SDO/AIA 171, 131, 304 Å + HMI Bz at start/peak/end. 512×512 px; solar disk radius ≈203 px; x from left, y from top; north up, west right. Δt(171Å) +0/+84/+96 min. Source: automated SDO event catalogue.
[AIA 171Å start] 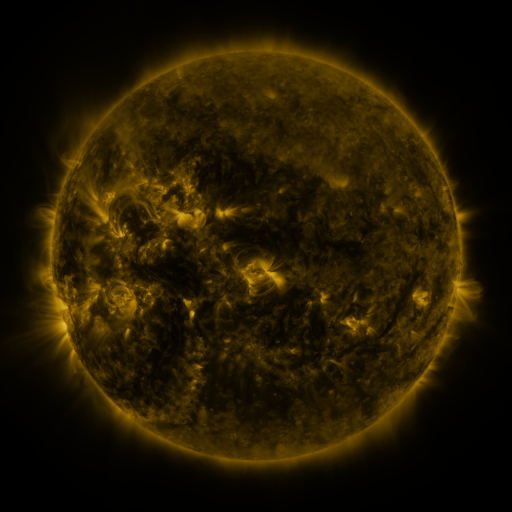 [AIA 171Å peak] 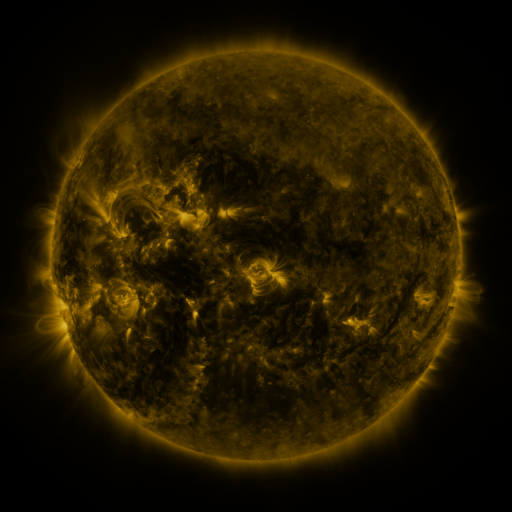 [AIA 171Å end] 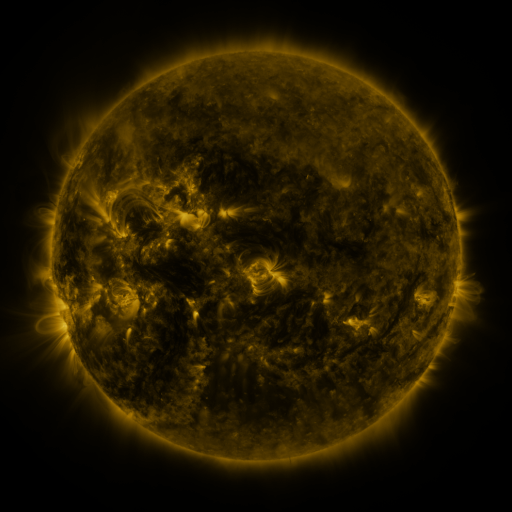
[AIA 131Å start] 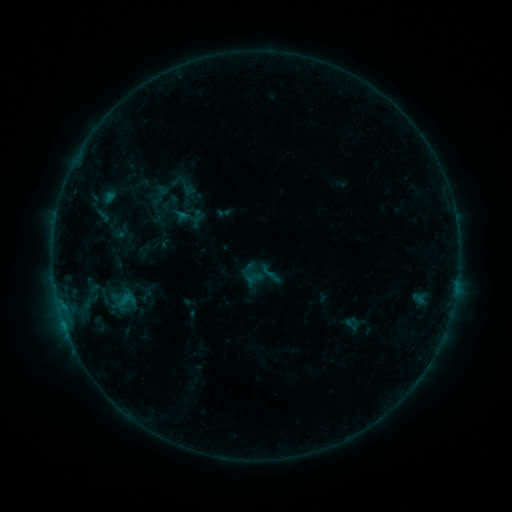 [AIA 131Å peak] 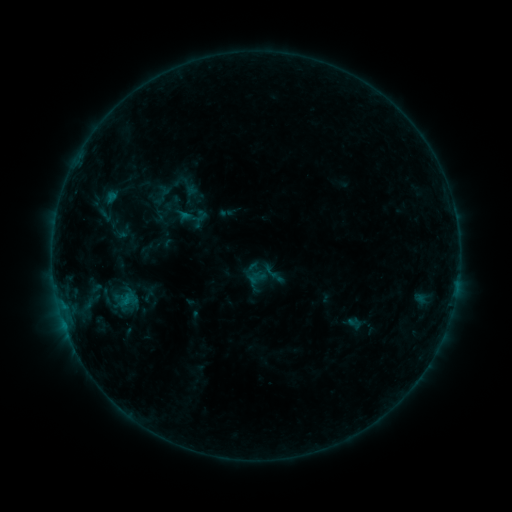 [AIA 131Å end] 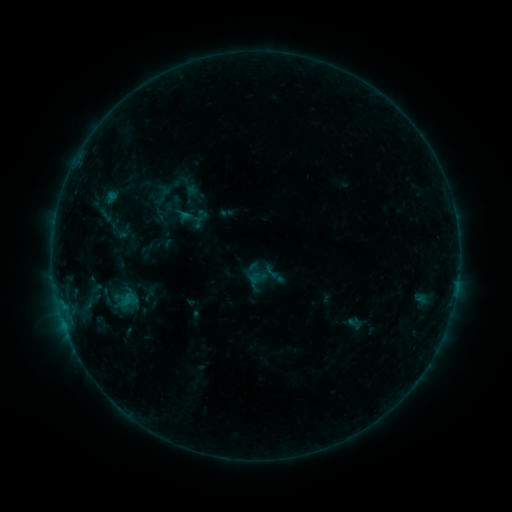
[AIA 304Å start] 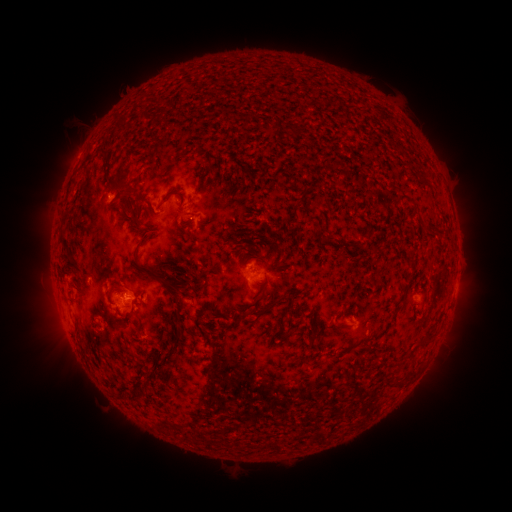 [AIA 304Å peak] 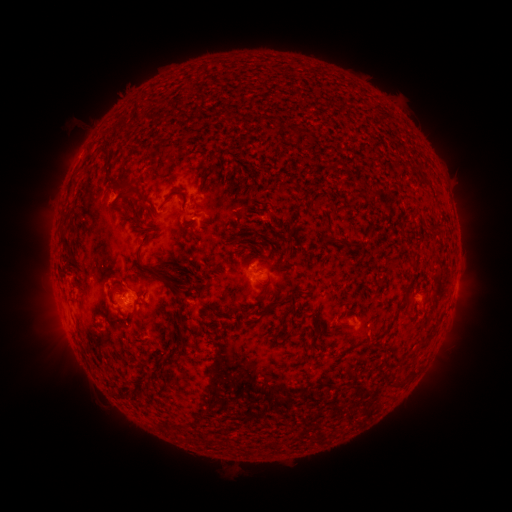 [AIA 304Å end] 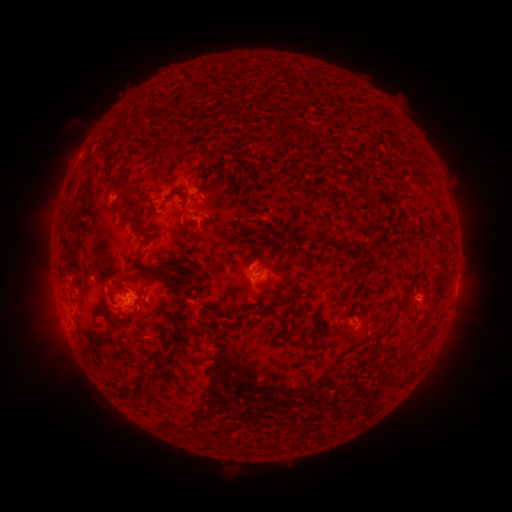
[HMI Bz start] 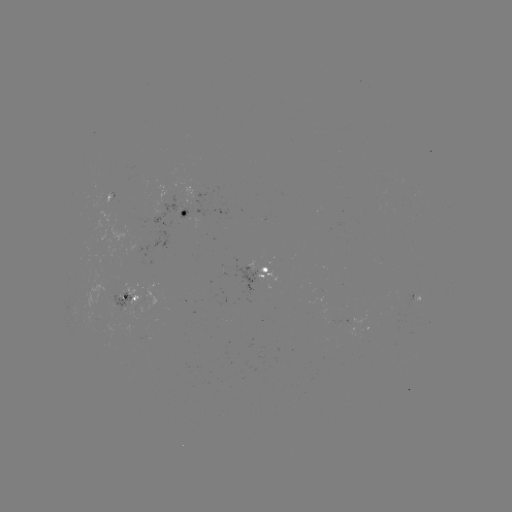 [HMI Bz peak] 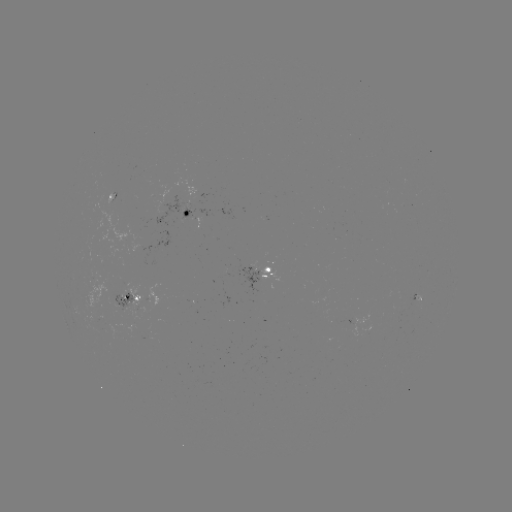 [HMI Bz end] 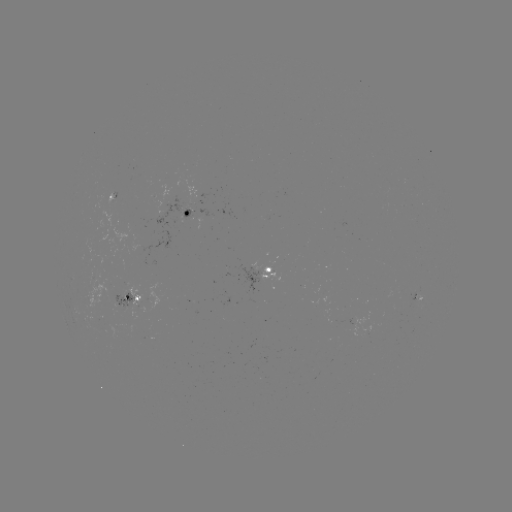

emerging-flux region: [154, 197, 189, 226]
